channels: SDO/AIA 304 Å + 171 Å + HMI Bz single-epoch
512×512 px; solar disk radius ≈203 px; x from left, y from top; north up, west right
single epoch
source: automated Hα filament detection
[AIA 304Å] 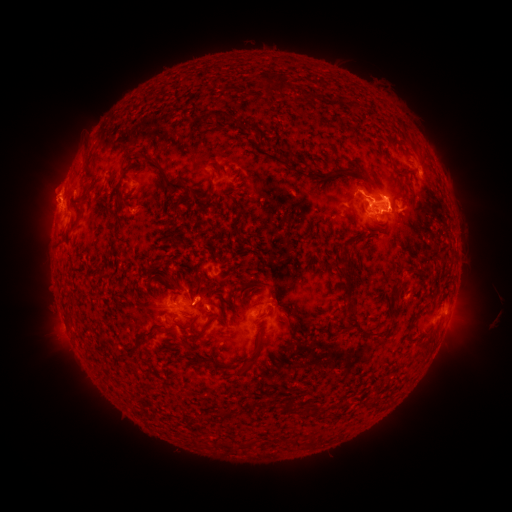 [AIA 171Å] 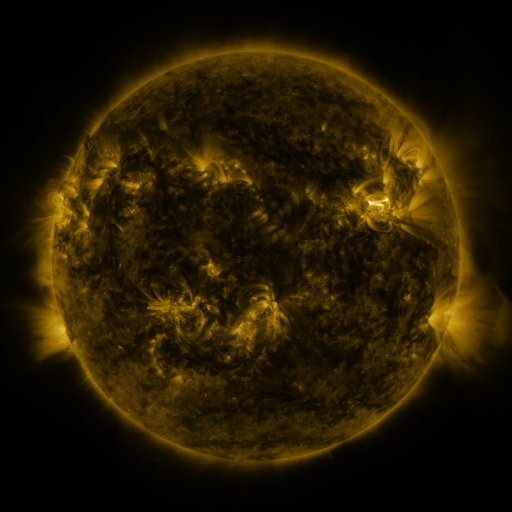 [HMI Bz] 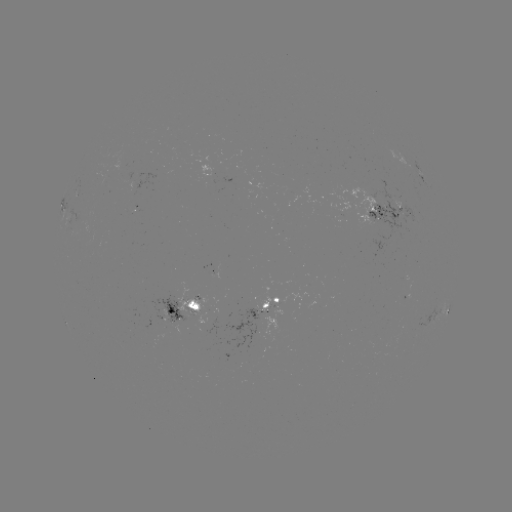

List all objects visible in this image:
filament: (259, 71, 287, 96)
filament: (302, 90, 318, 100)
filament: (197, 110, 228, 122)
filament: (229, 118, 238, 126)
filament: (244, 123, 256, 135)
filament: (147, 157, 194, 217)
filament: (281, 160, 299, 171)
filament: (331, 164, 354, 175)
filament: (200, 168, 215, 215)
filament: (219, 191, 243, 238)
filament: (374, 192, 384, 202)
filament: (63, 204, 82, 246)
filament: (341, 262, 357, 317)
filament: (162, 276, 171, 287)
filament: (390, 282, 405, 310)
filament: (67, 313, 76, 323)
filament: (197, 316, 225, 336)
filament: (174, 317, 199, 332)
filament: (123, 333, 146, 355)
filament: (416, 337, 424, 347)
filament: (239, 356, 256, 376)
filament: (285, 397, 298, 413)
filament: (295, 437, 305, 447)
filament: (219, 440, 240, 451)
